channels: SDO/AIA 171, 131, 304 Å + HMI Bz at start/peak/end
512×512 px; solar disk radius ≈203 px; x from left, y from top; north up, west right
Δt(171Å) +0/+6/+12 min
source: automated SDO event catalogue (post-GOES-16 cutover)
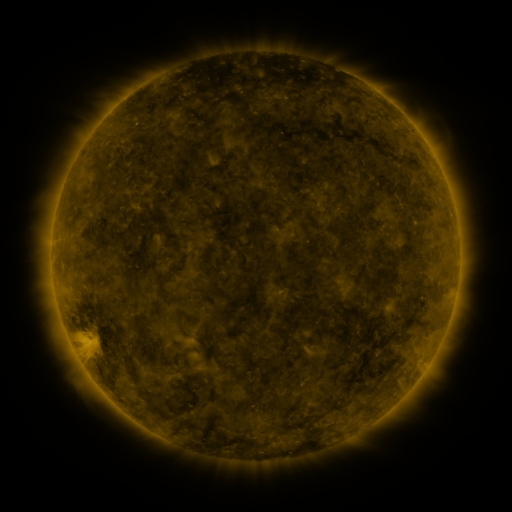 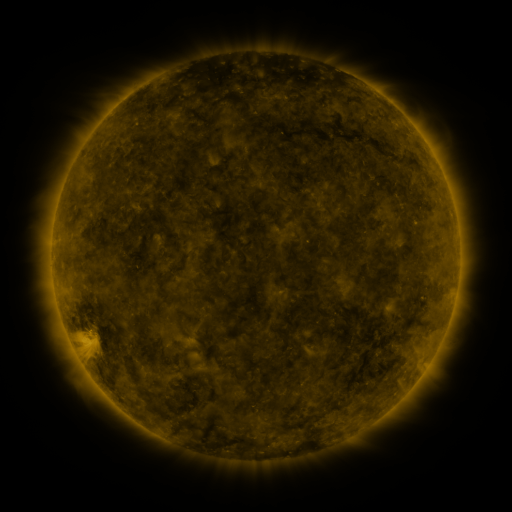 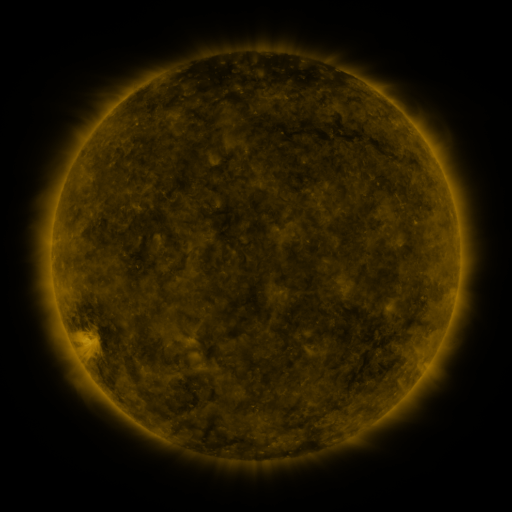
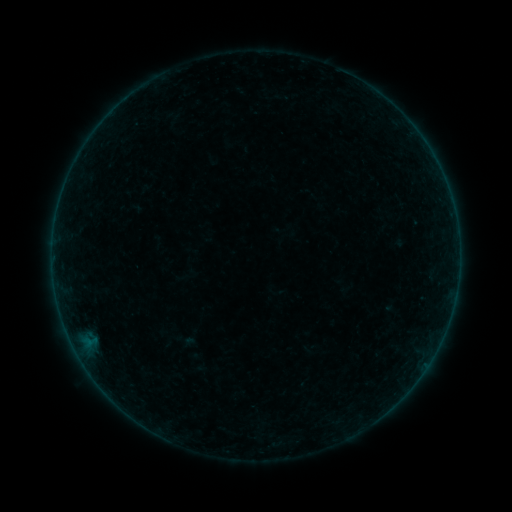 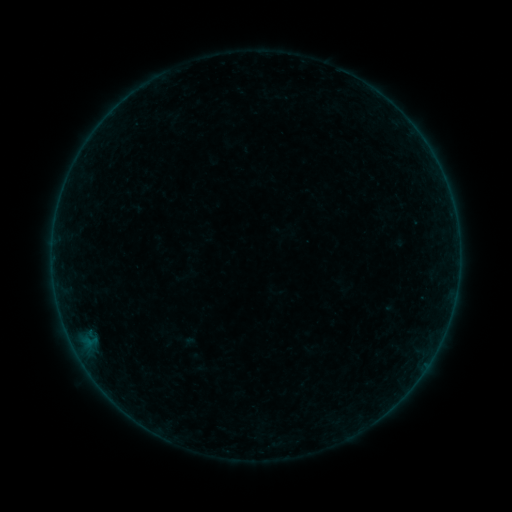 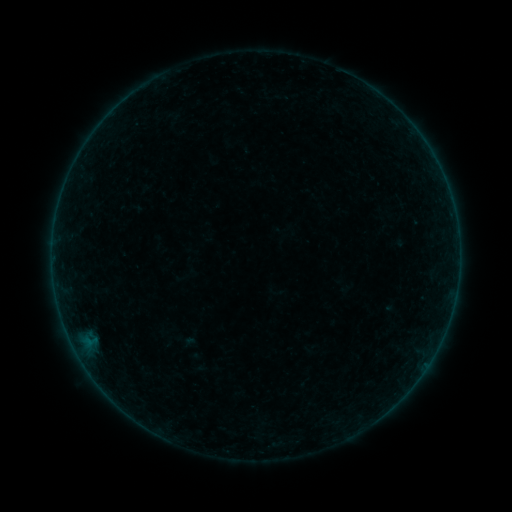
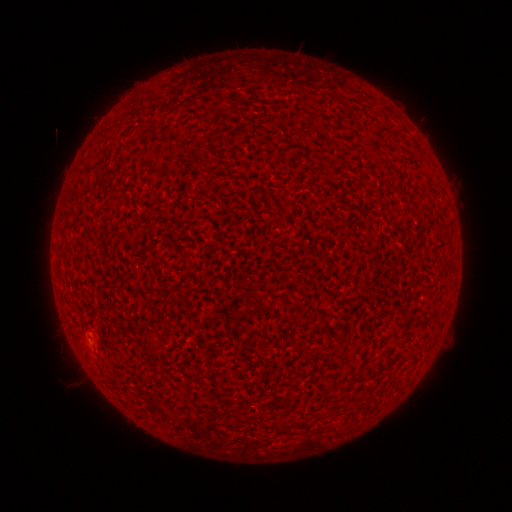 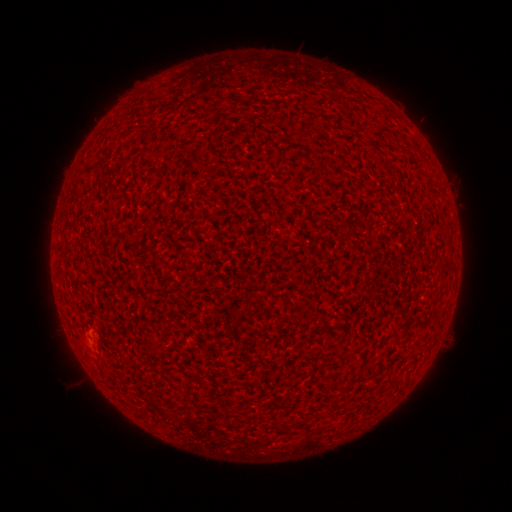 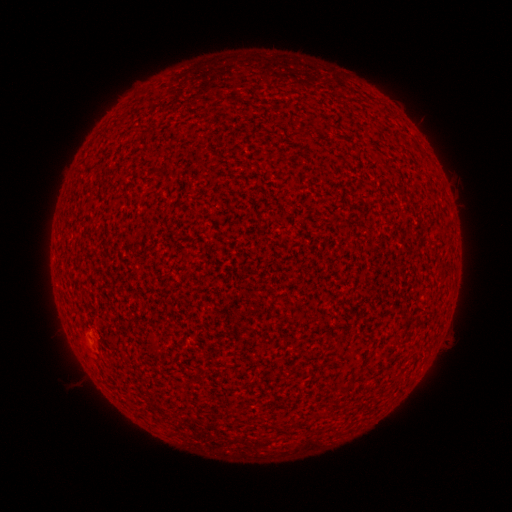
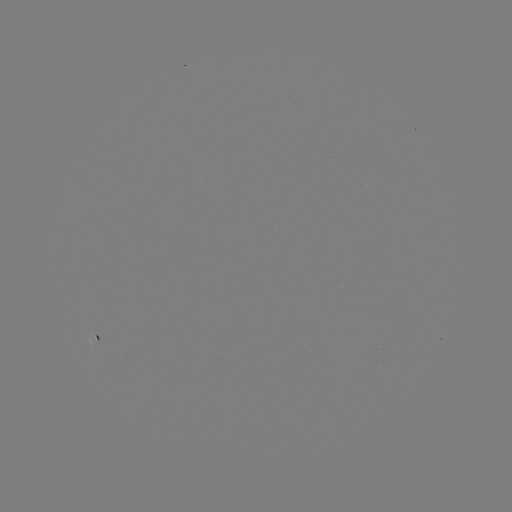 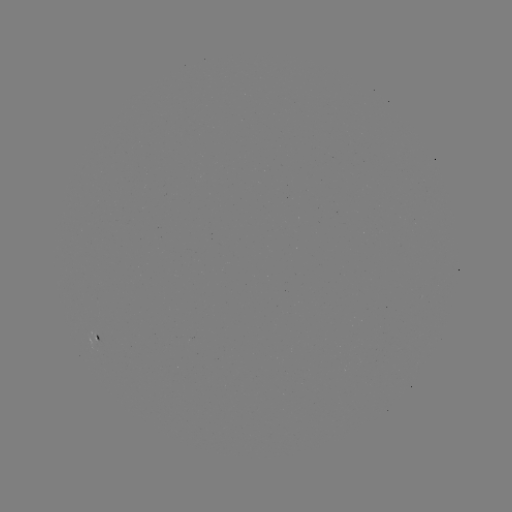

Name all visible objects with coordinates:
A2.1 flare: (90, 330)
